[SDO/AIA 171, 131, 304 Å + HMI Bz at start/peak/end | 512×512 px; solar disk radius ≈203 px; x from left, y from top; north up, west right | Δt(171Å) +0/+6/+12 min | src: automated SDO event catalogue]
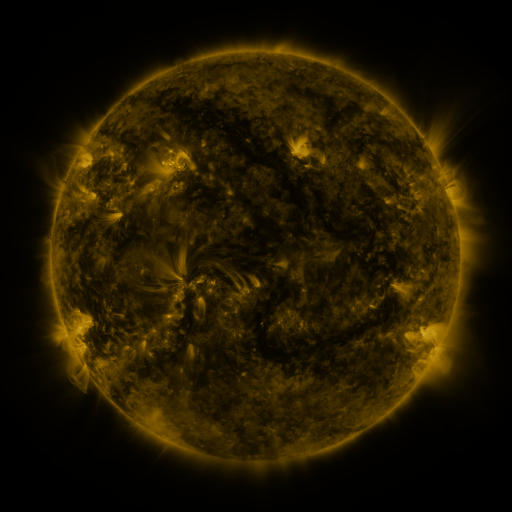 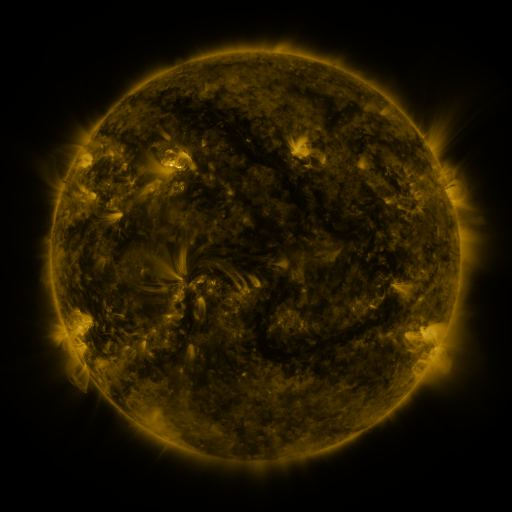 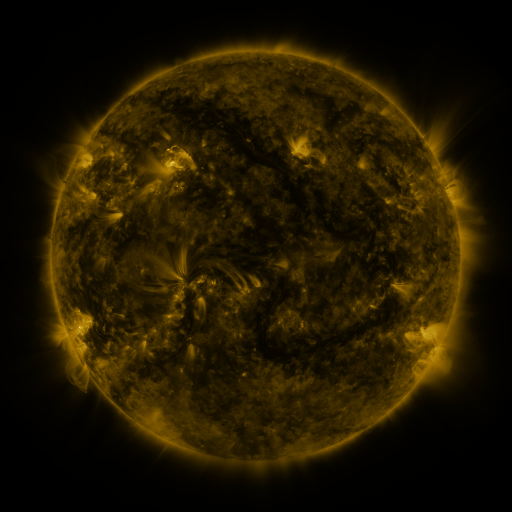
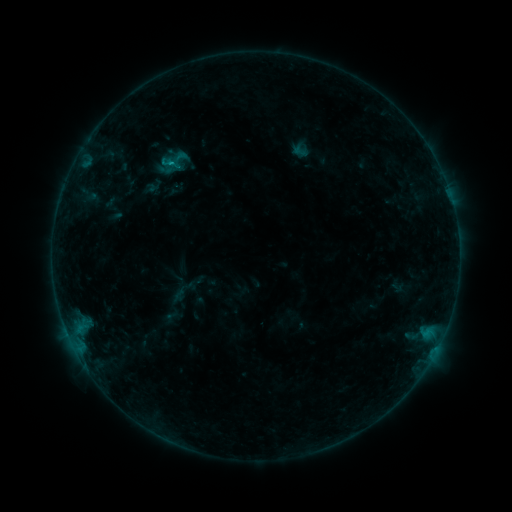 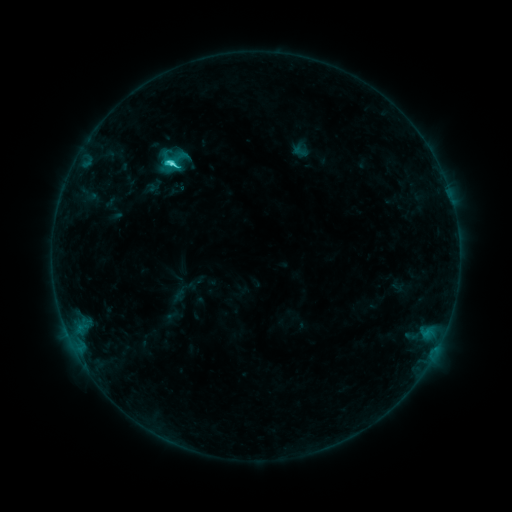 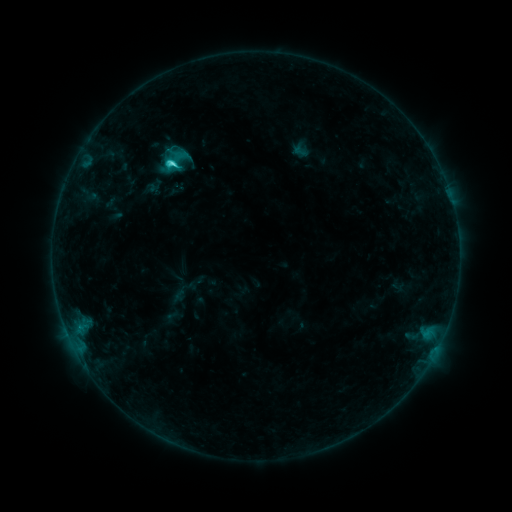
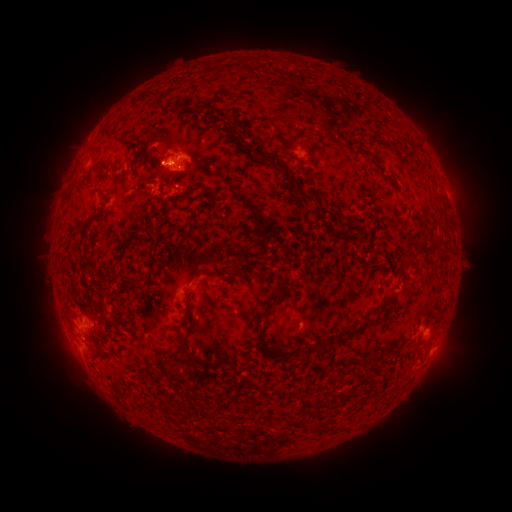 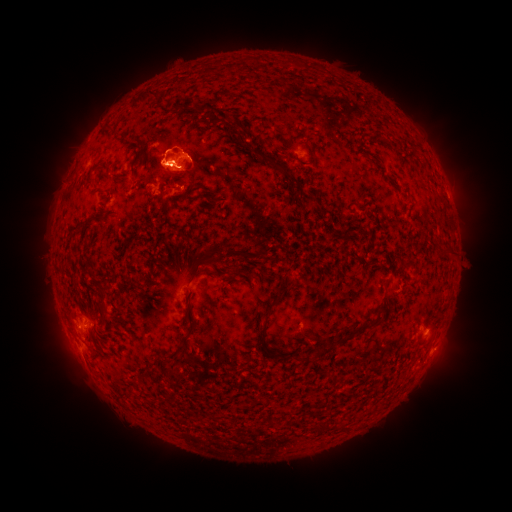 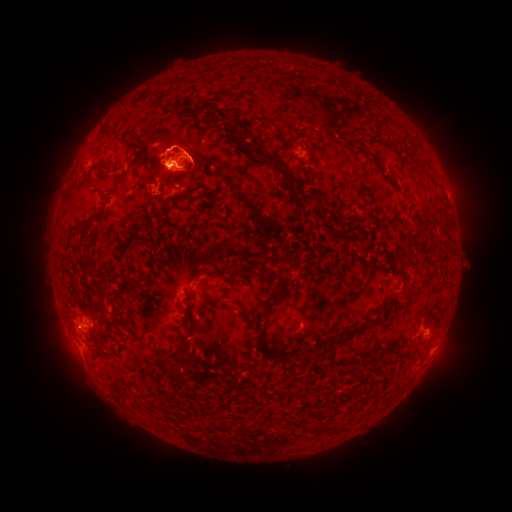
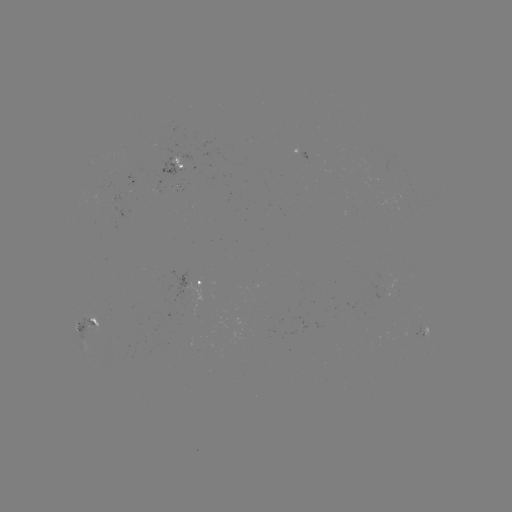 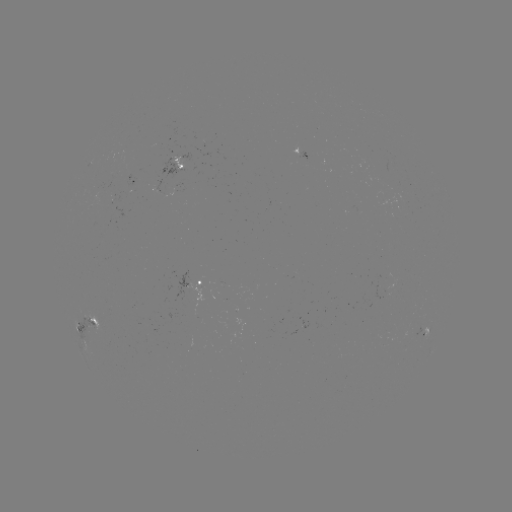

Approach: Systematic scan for eruption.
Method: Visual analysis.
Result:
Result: eruption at [175, 152].